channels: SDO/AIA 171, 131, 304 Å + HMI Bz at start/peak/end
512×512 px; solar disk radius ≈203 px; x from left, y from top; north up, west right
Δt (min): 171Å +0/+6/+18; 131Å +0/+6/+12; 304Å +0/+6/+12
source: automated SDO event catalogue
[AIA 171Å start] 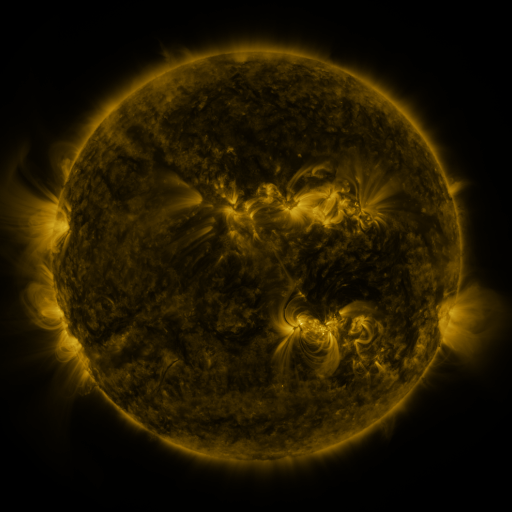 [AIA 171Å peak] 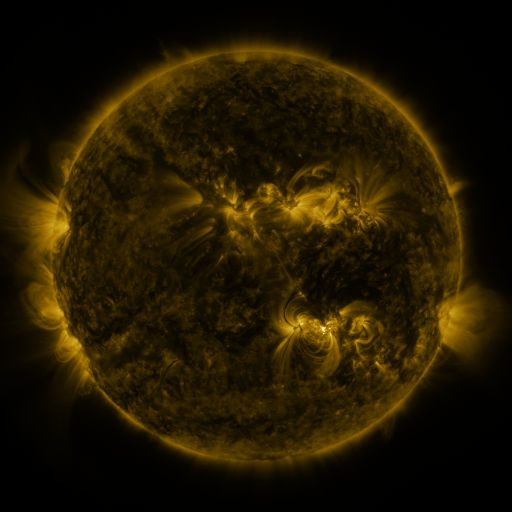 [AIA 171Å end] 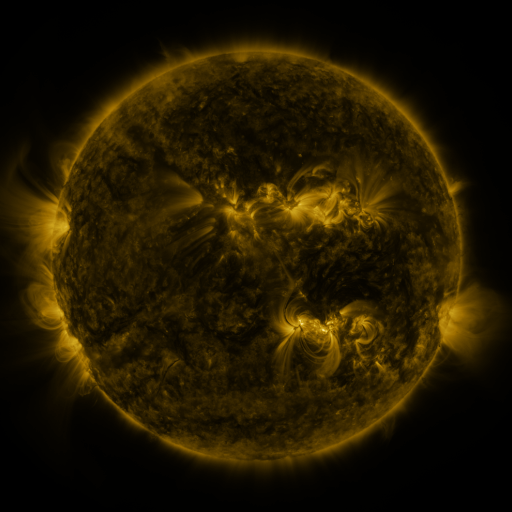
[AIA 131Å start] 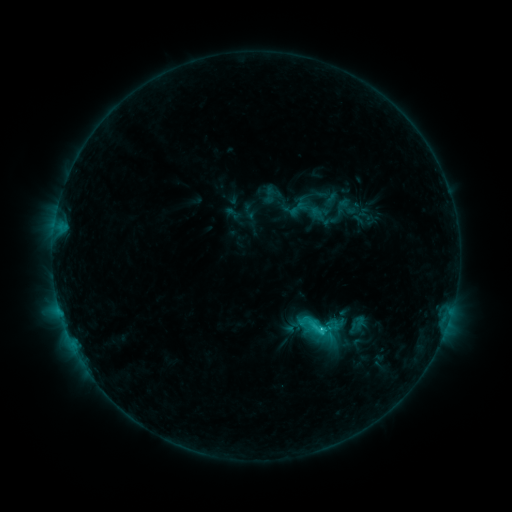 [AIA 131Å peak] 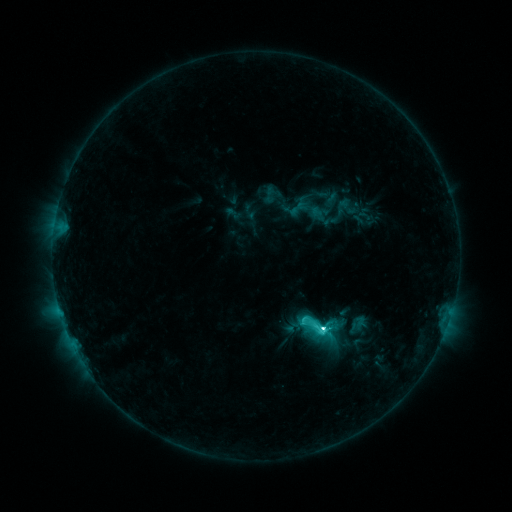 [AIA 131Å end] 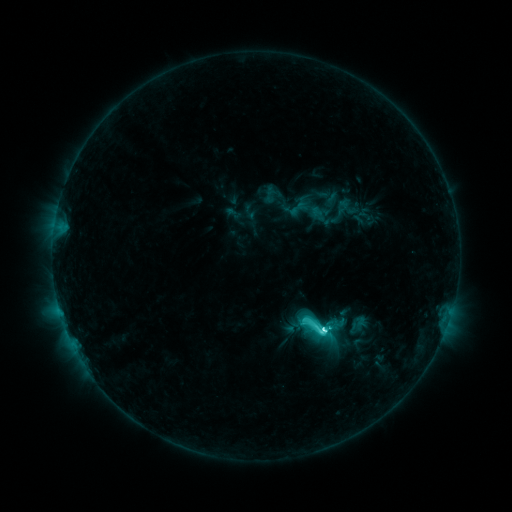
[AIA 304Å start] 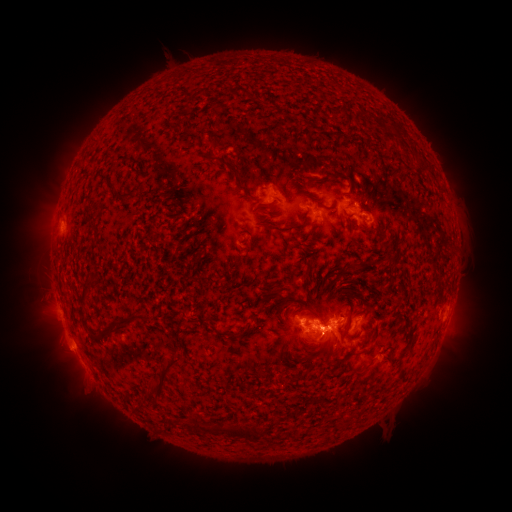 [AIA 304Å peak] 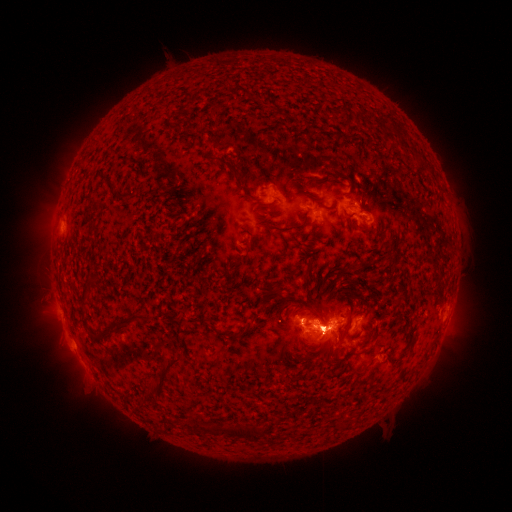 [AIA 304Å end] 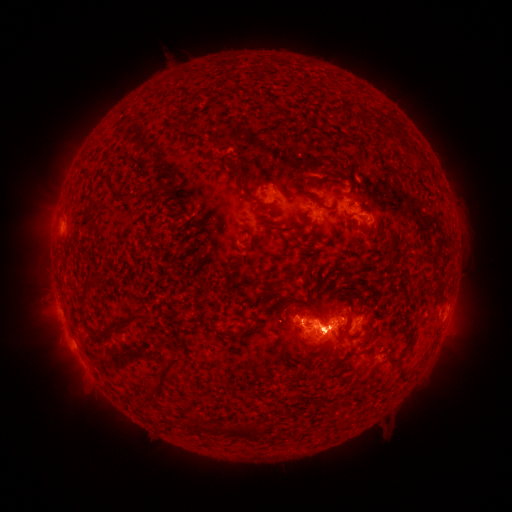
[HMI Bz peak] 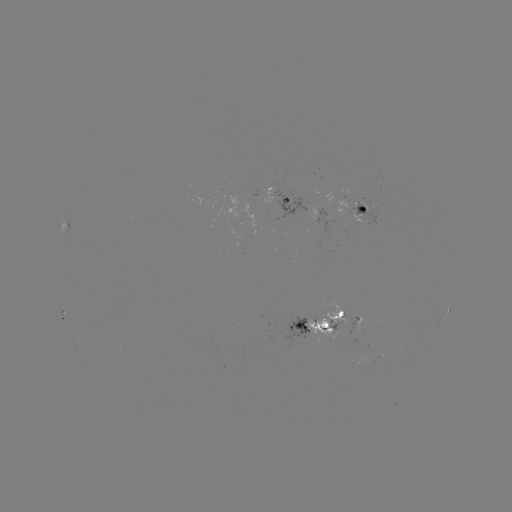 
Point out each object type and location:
M1.3 flare: (322, 329)
